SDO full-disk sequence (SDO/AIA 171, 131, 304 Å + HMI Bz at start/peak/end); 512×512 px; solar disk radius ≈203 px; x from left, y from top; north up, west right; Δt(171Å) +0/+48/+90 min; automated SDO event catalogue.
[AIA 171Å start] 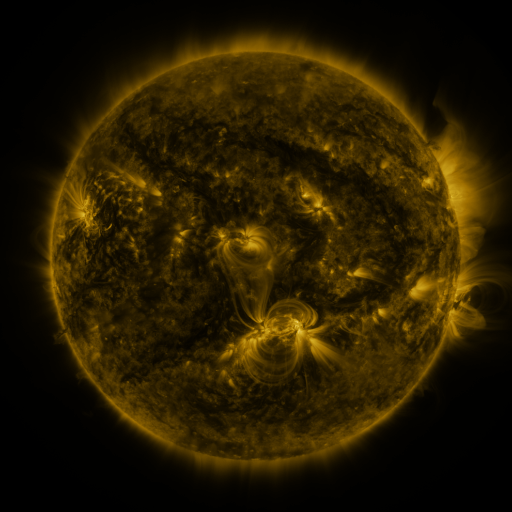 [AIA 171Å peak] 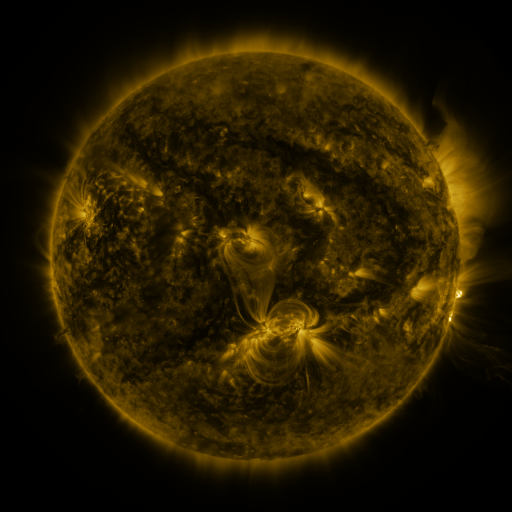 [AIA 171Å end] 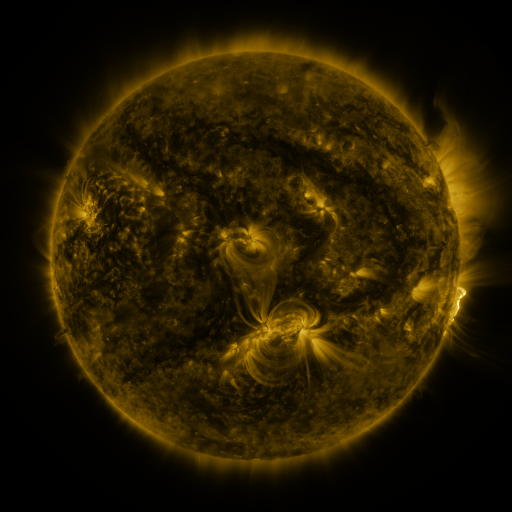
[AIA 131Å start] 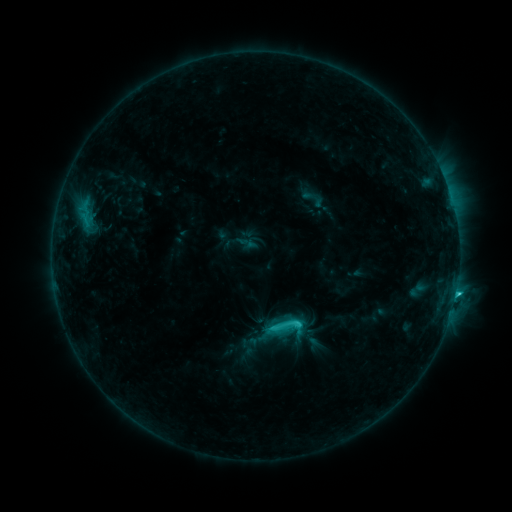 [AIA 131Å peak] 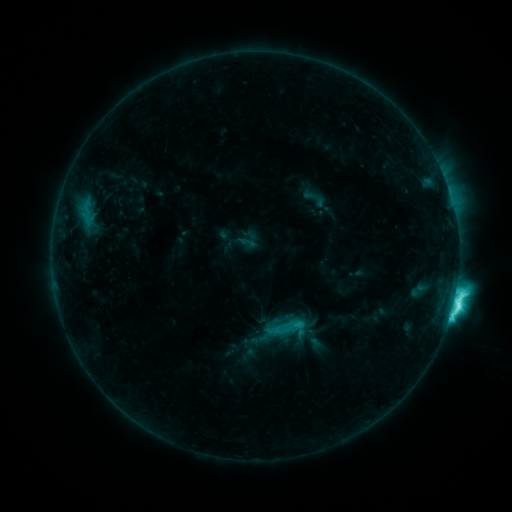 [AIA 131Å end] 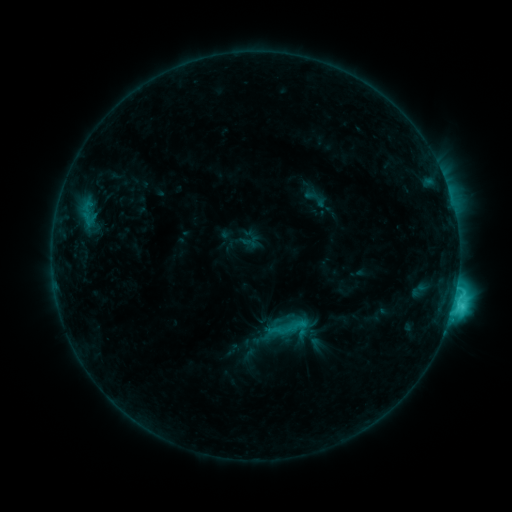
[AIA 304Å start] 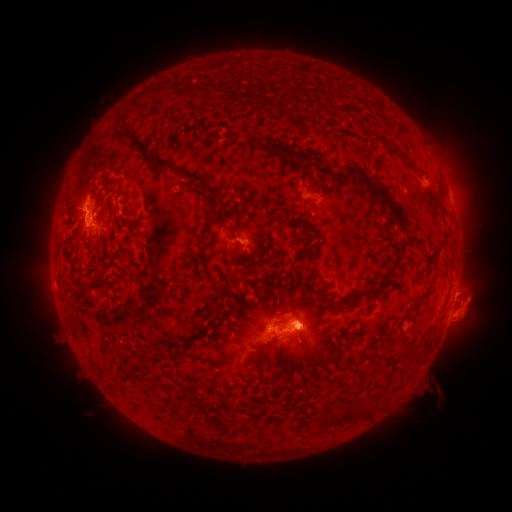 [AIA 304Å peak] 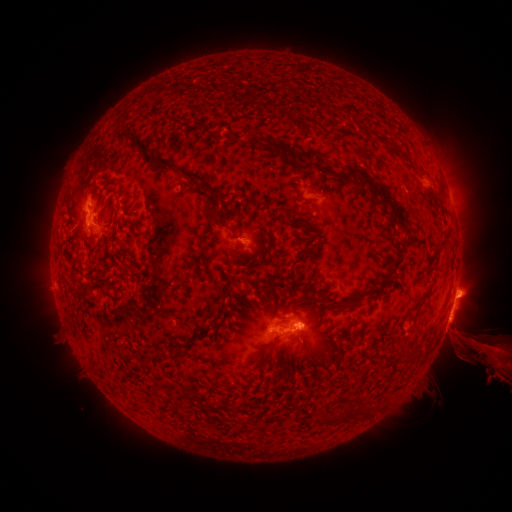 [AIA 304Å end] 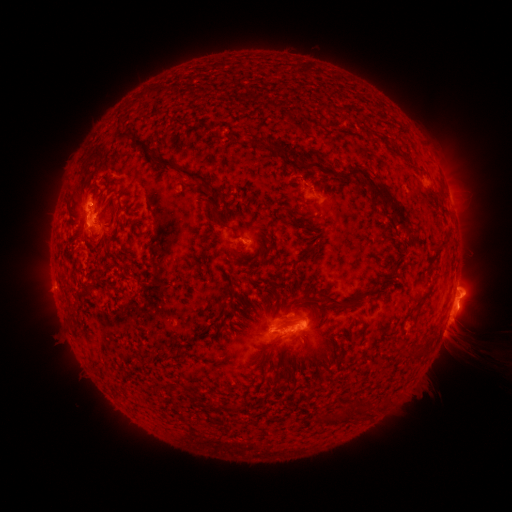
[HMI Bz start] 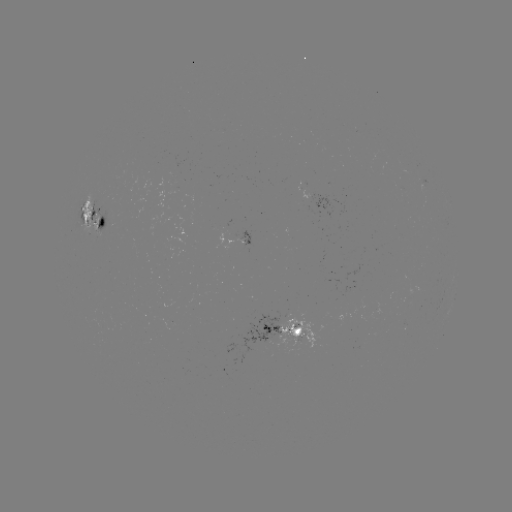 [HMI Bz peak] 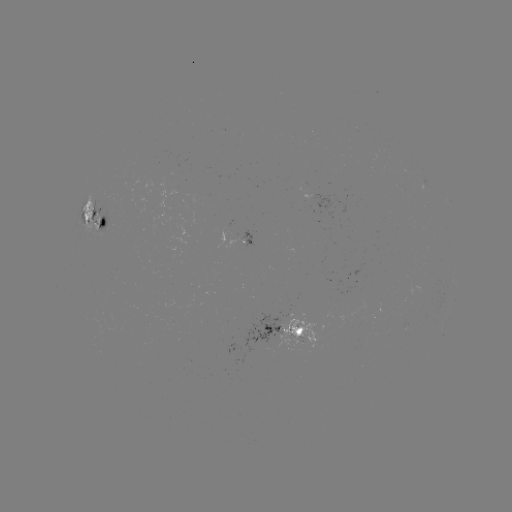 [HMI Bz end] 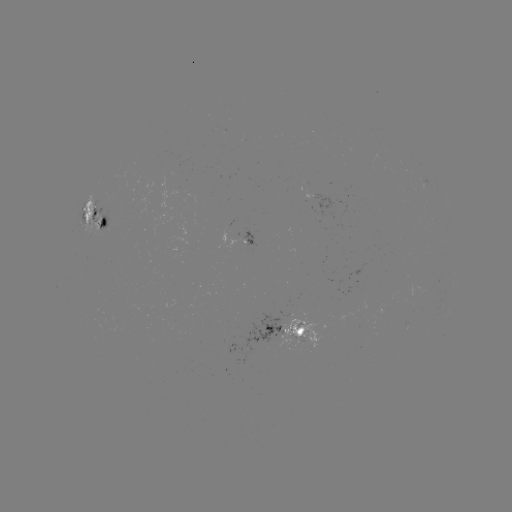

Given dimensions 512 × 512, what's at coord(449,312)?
M1.2 flare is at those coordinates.